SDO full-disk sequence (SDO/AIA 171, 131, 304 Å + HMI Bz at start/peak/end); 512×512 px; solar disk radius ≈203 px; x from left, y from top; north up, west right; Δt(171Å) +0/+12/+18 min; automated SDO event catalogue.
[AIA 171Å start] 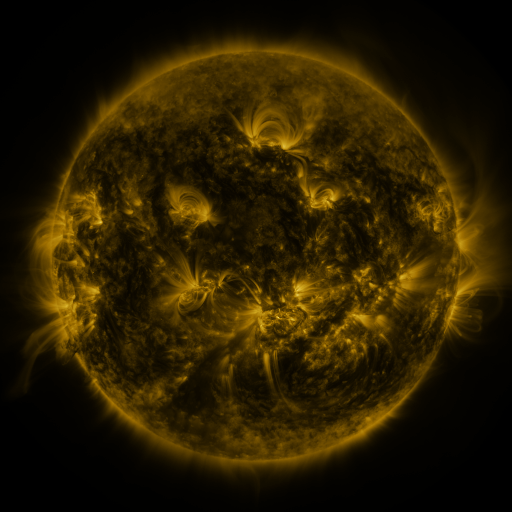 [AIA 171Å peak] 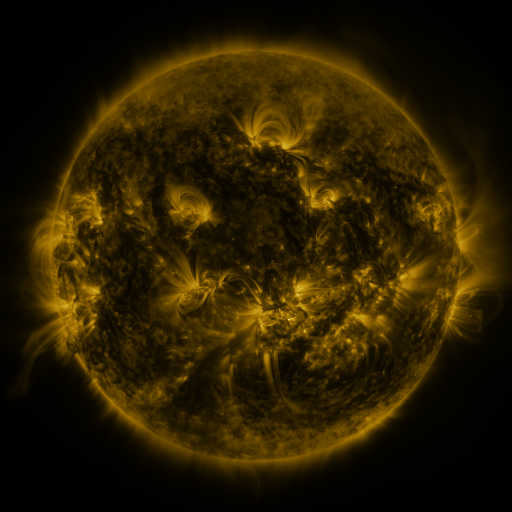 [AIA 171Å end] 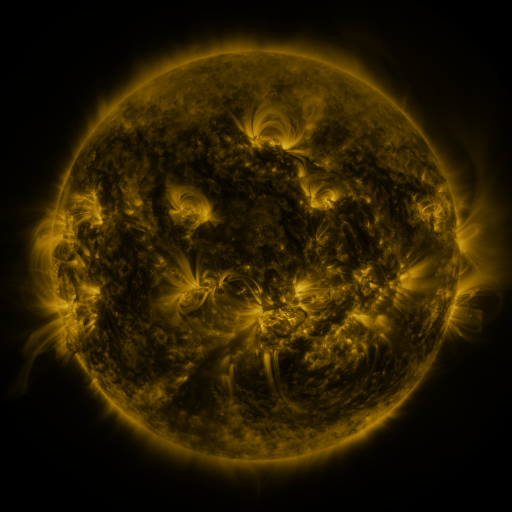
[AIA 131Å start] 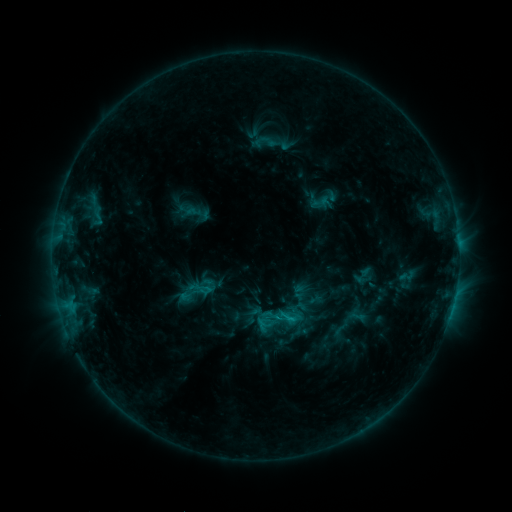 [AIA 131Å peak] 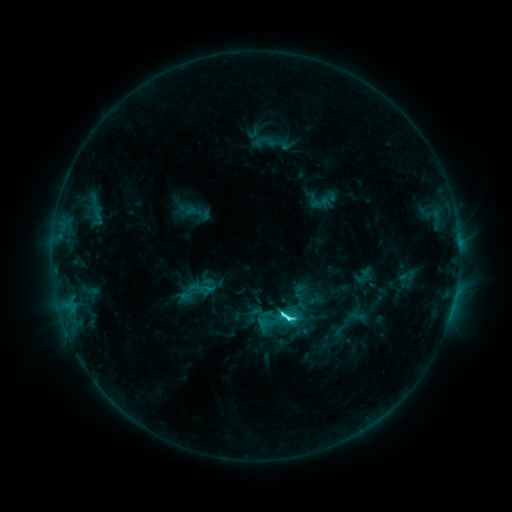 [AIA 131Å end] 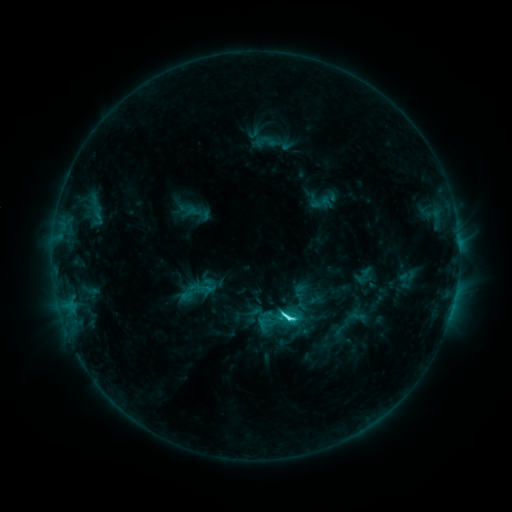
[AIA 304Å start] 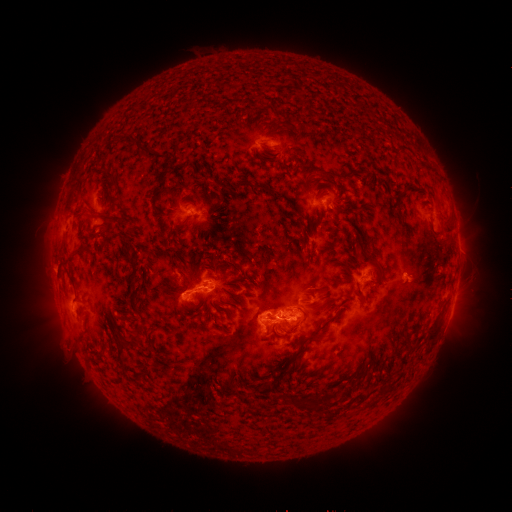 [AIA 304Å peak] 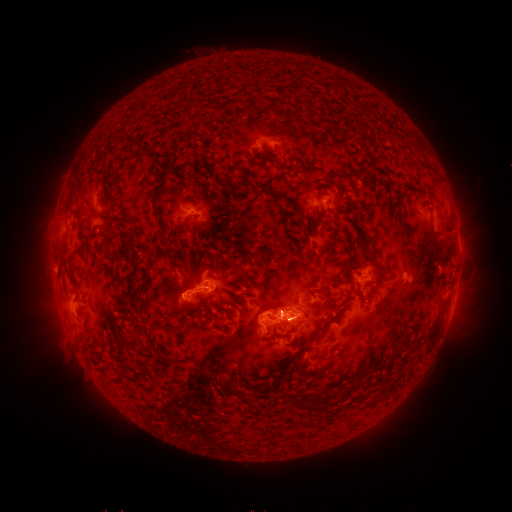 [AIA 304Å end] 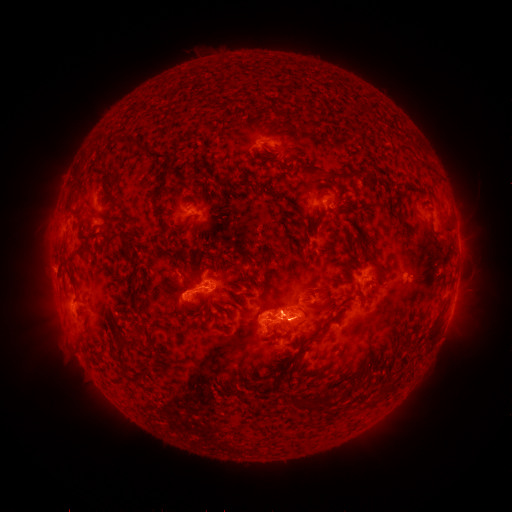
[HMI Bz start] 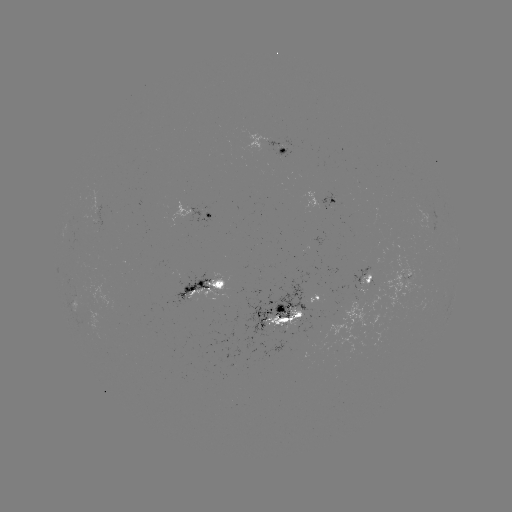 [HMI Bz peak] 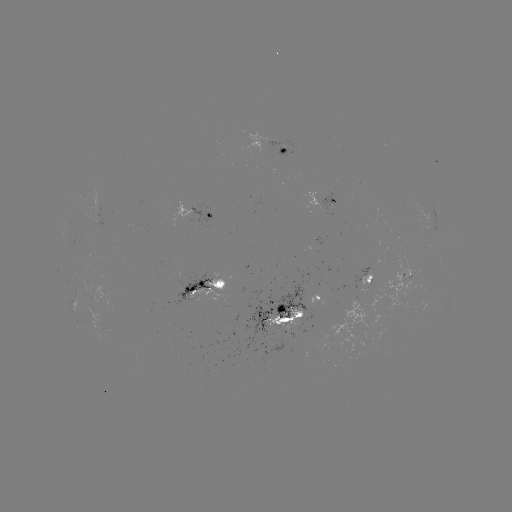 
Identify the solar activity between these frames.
C5.6 flare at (286, 318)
